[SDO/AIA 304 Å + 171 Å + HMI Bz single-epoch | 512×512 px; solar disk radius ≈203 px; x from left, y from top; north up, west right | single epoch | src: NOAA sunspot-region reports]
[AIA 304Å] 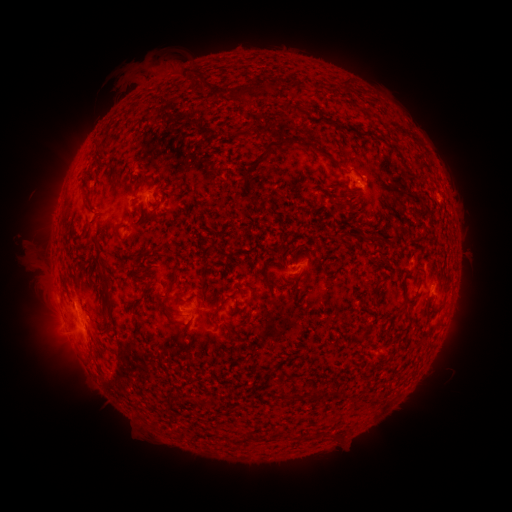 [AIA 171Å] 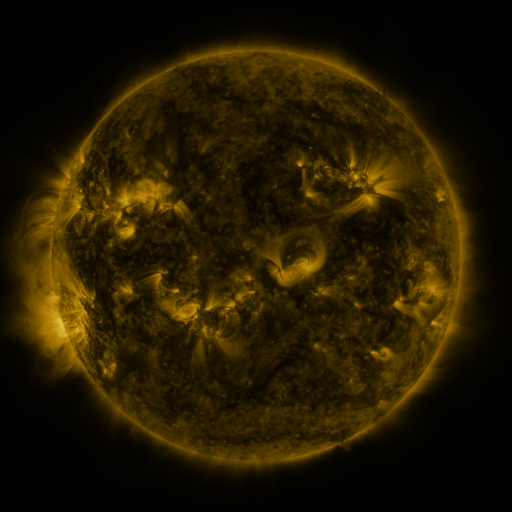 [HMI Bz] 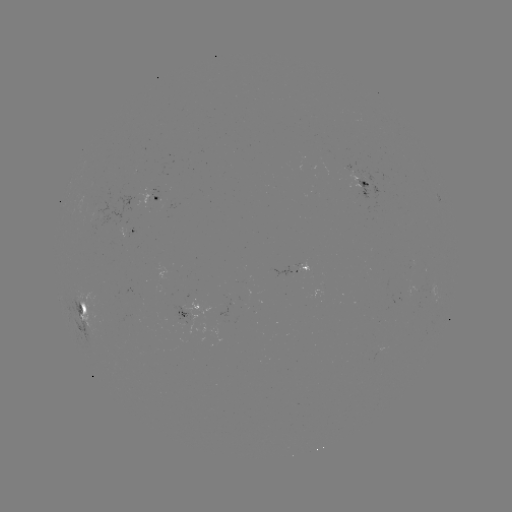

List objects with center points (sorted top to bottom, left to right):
spotted active region: (366, 184)
spotted active region: (155, 197)
spotted active region: (130, 234)
spotted active region: (297, 272)
spotted active region: (84, 304)
spotted active region: (191, 311)
